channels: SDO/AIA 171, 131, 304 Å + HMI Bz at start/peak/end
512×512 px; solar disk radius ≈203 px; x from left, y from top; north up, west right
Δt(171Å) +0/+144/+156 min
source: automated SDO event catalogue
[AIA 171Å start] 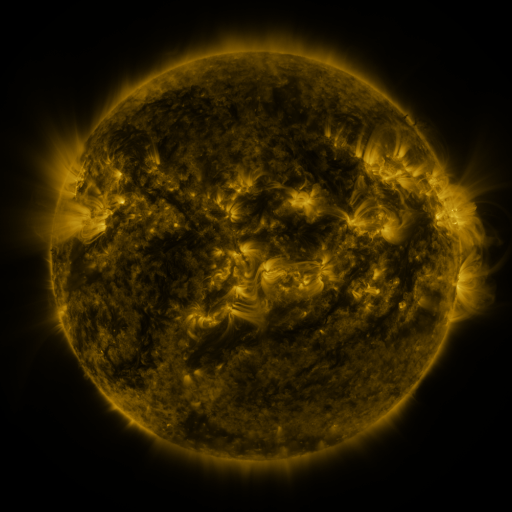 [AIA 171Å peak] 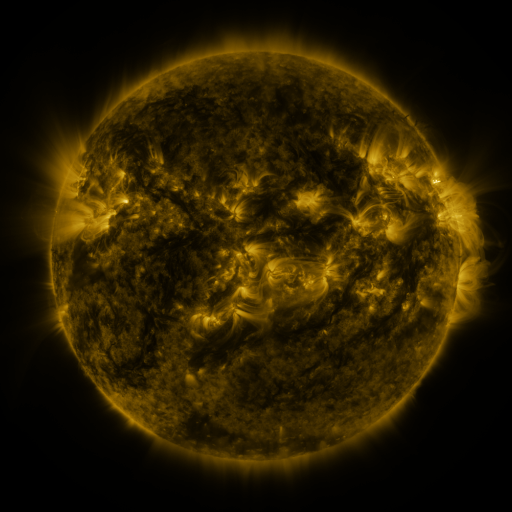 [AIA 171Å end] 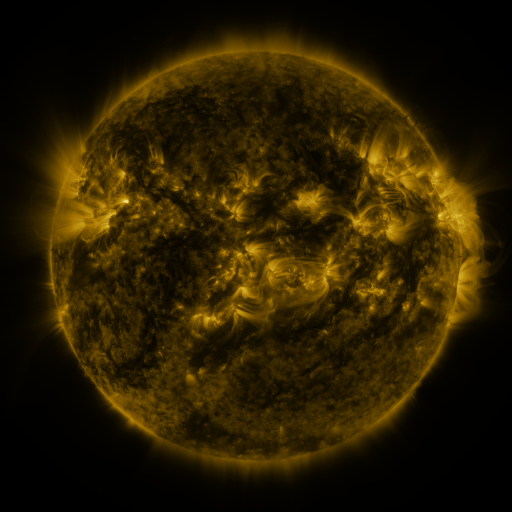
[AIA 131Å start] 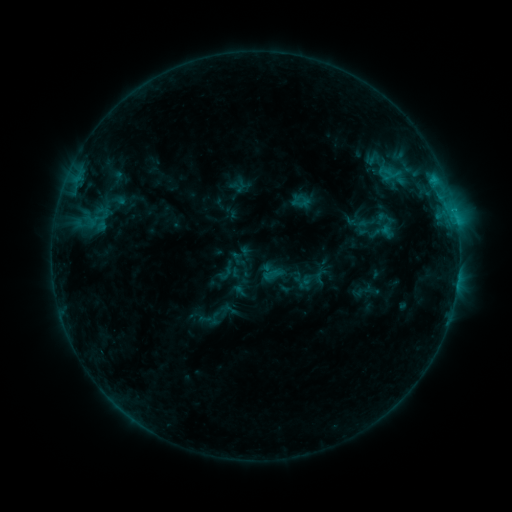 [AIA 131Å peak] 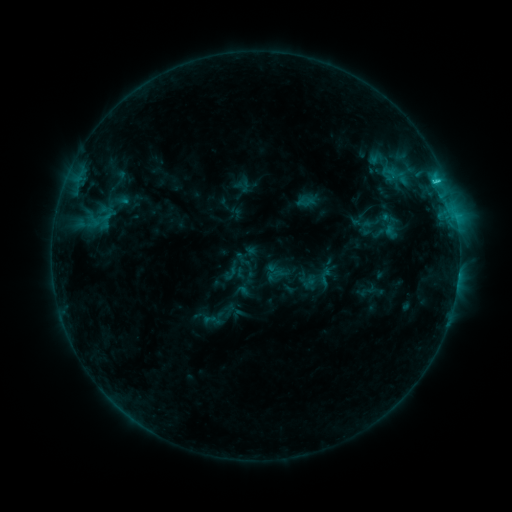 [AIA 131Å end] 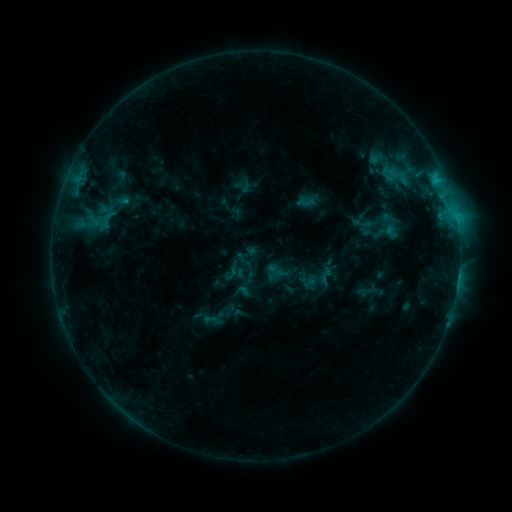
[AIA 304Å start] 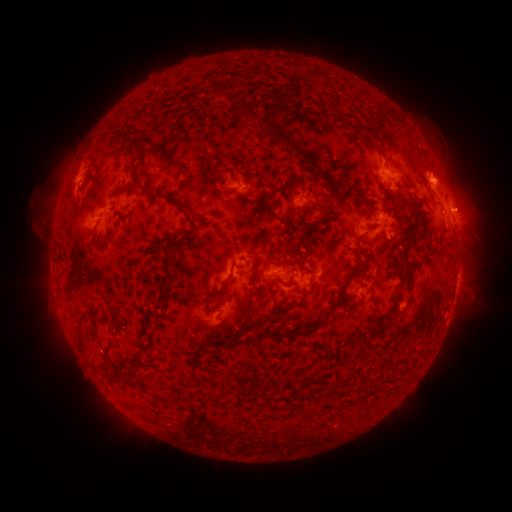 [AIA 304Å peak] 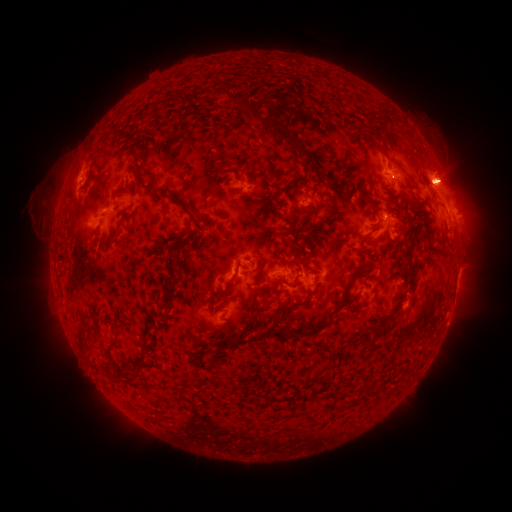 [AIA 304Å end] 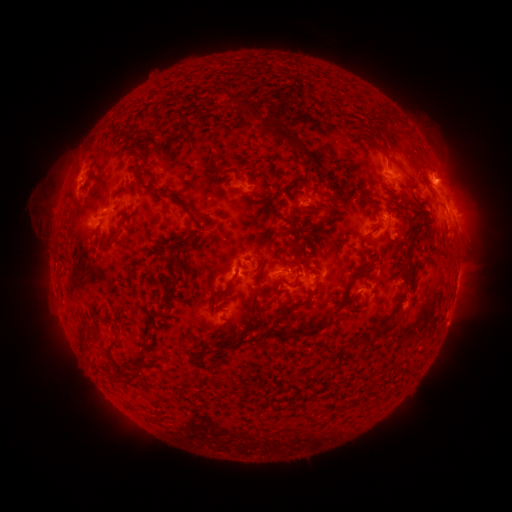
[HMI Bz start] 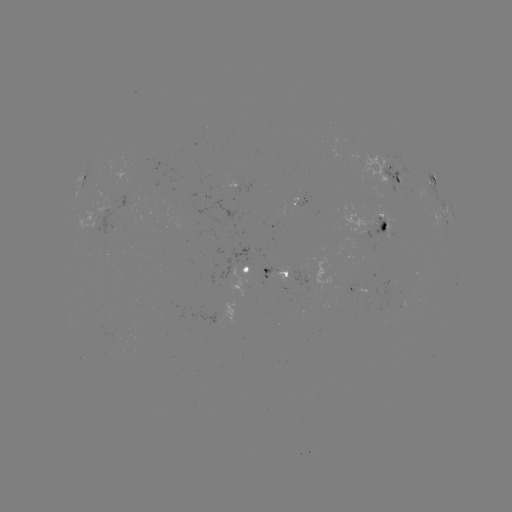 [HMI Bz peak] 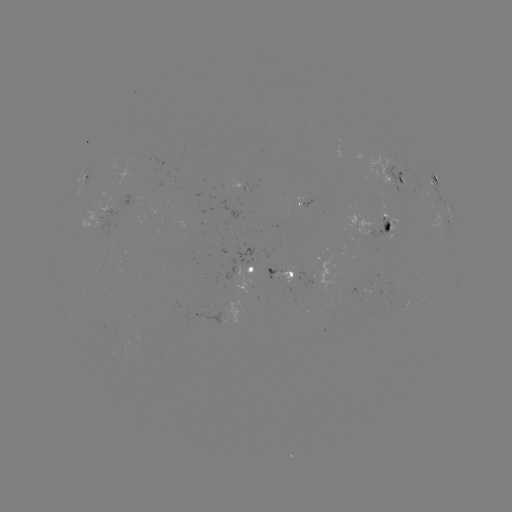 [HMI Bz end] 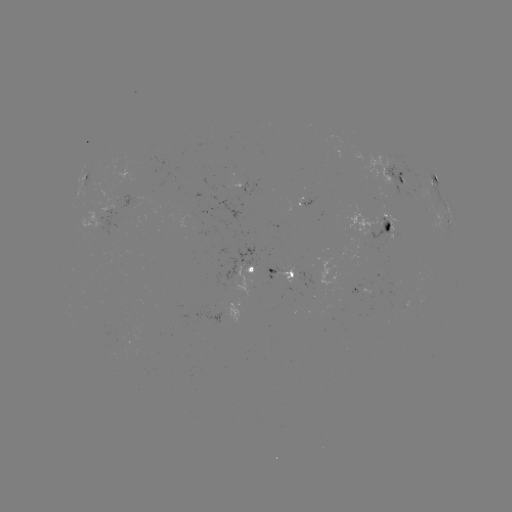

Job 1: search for emerging-flux region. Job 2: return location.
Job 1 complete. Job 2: [97, 217].